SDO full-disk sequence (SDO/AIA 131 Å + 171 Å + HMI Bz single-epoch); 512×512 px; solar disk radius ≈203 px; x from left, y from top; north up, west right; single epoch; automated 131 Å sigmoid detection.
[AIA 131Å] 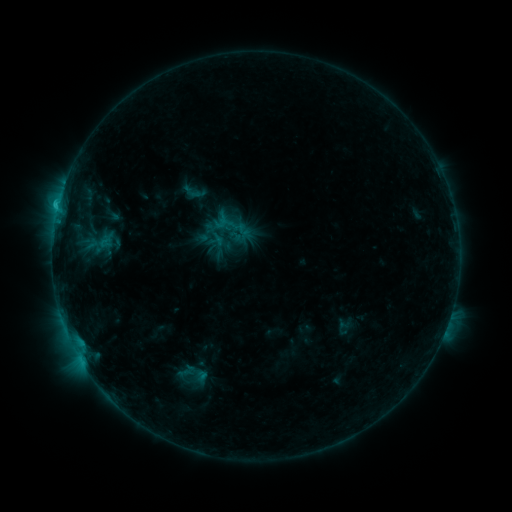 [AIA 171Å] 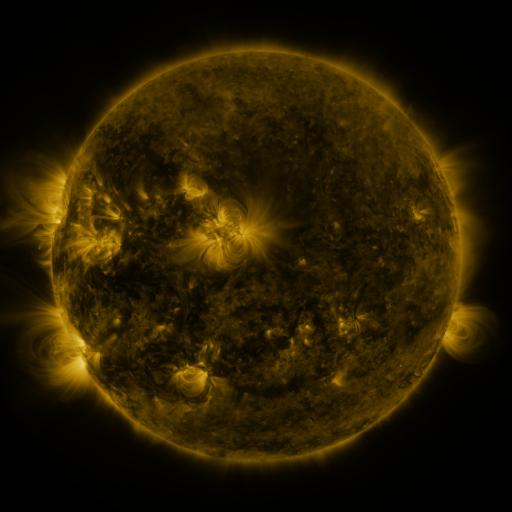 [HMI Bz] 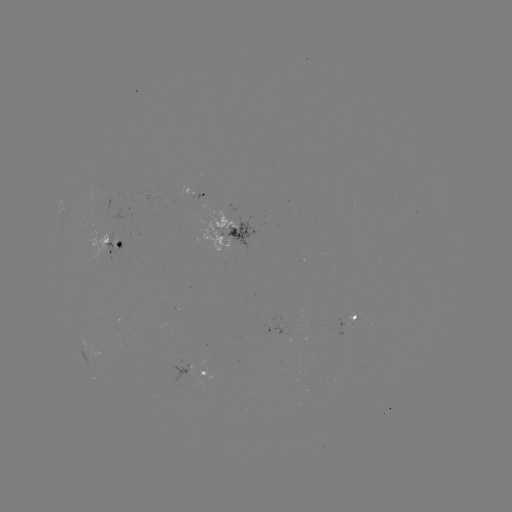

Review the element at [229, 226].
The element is sigmoid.